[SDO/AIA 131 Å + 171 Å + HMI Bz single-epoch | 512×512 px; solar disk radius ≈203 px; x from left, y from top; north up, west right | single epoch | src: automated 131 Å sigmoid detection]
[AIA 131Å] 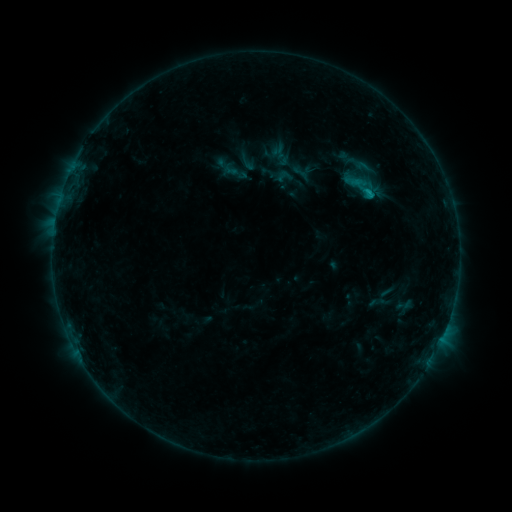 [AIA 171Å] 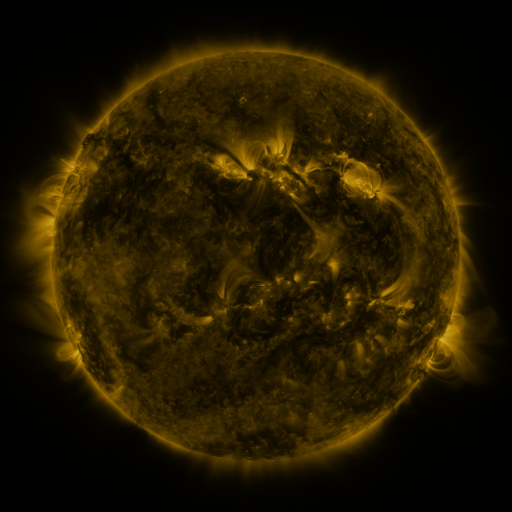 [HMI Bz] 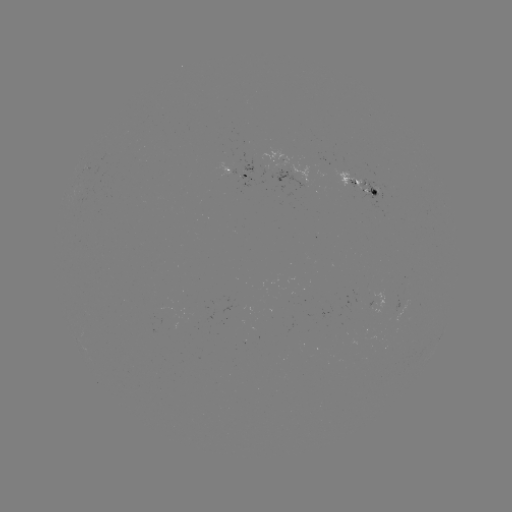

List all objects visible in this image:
sigmoid: (352, 154, 380, 176)
sigmoid: (274, 167, 295, 186)
sigmoid: (343, 171, 379, 202)
